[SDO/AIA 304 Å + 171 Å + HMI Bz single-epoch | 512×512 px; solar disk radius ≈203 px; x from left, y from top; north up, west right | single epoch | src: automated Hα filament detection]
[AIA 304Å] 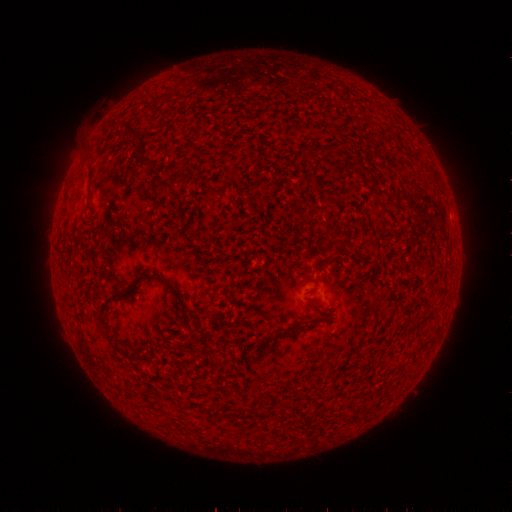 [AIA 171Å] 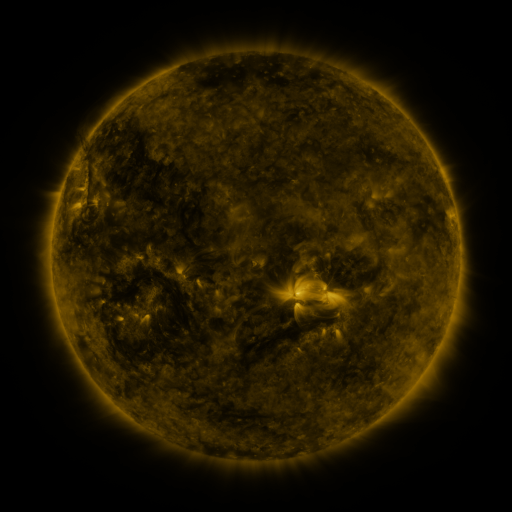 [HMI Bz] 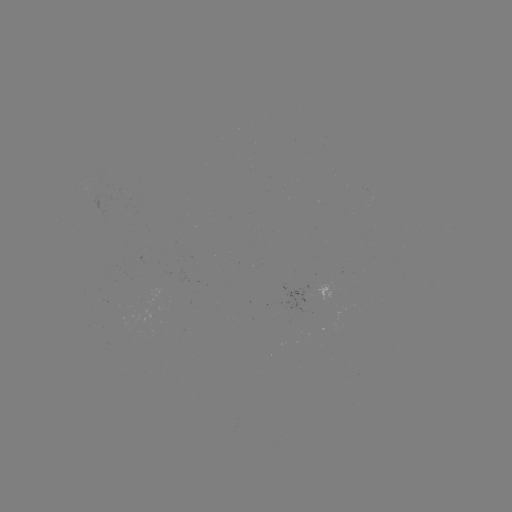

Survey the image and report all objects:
filament: (134, 131)
filament: (172, 190)
filament: (148, 276)
filament: (105, 320)
filament: (290, 331)
filament: (267, 338)
filament: (121, 349)
